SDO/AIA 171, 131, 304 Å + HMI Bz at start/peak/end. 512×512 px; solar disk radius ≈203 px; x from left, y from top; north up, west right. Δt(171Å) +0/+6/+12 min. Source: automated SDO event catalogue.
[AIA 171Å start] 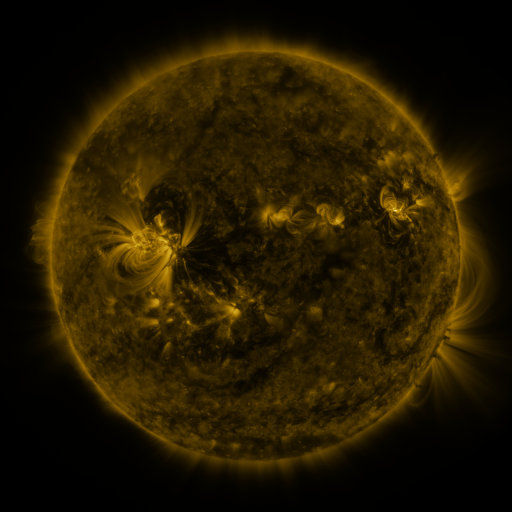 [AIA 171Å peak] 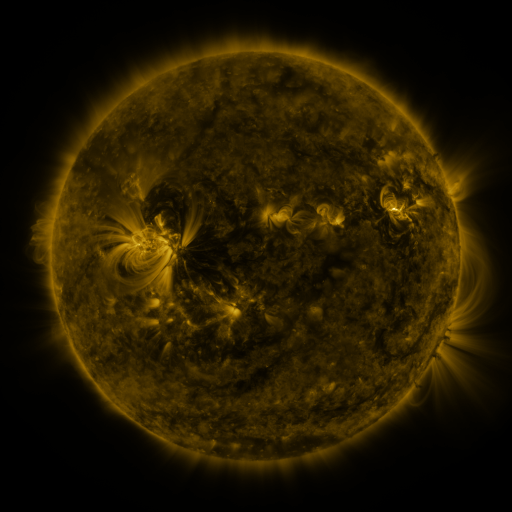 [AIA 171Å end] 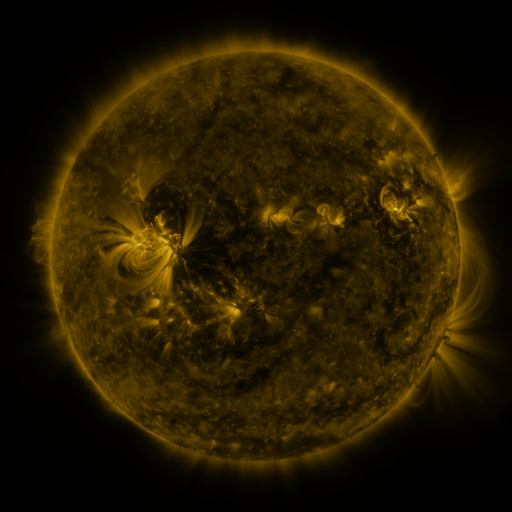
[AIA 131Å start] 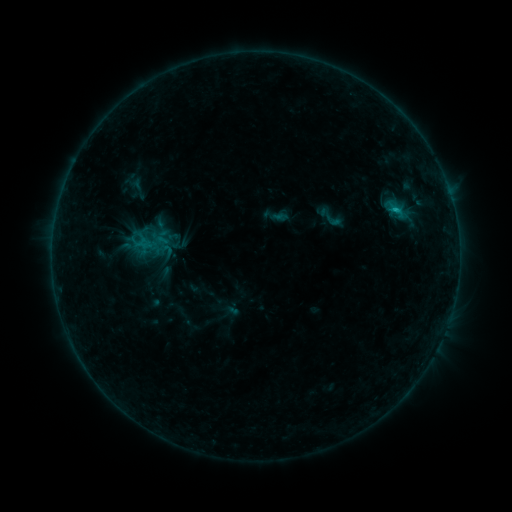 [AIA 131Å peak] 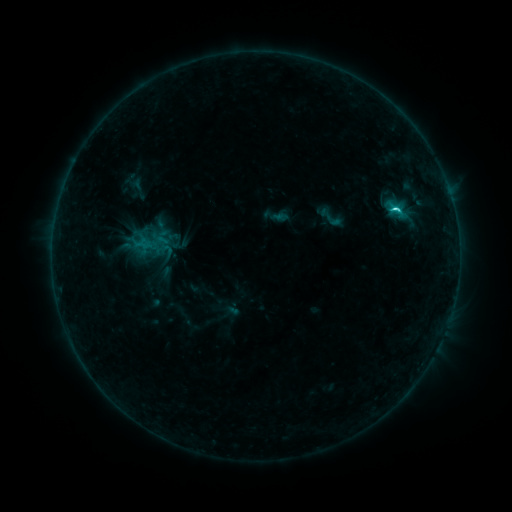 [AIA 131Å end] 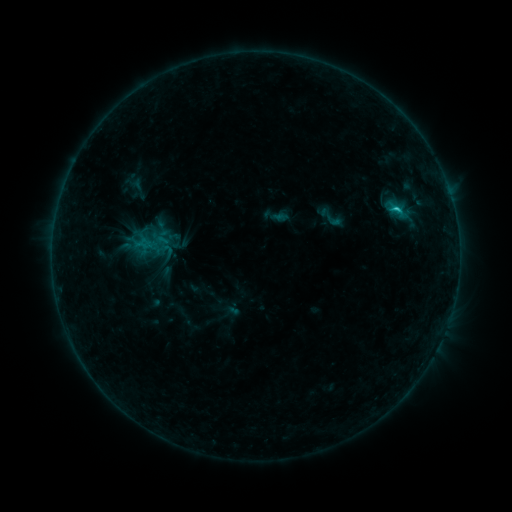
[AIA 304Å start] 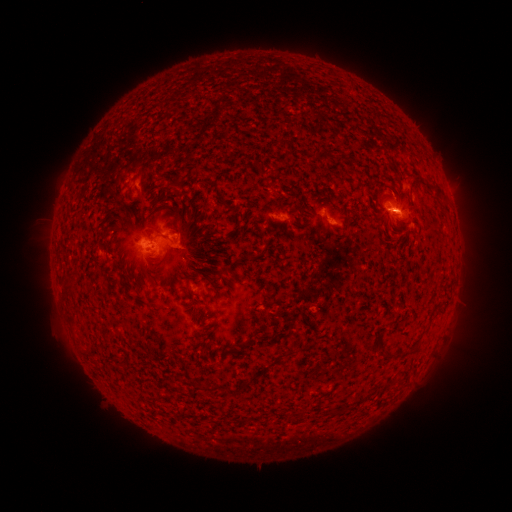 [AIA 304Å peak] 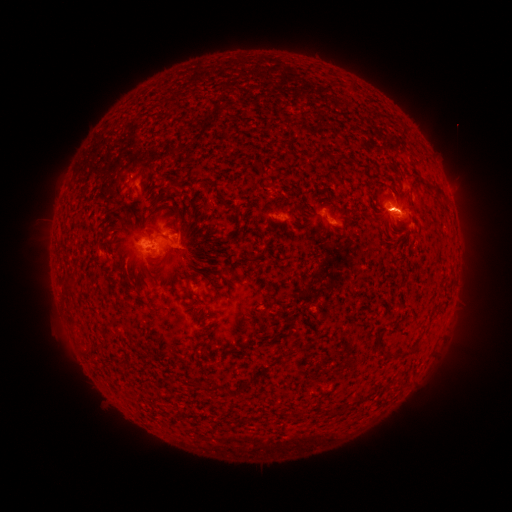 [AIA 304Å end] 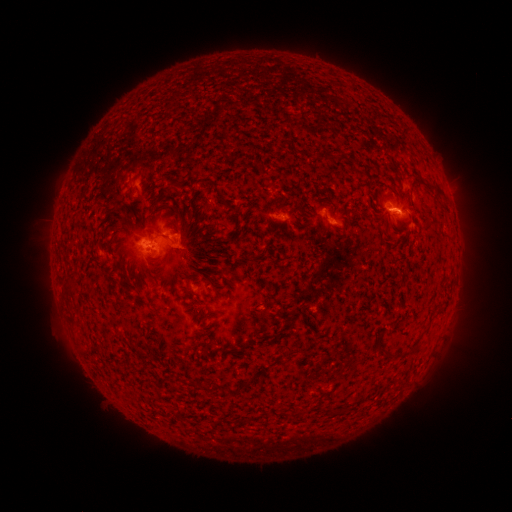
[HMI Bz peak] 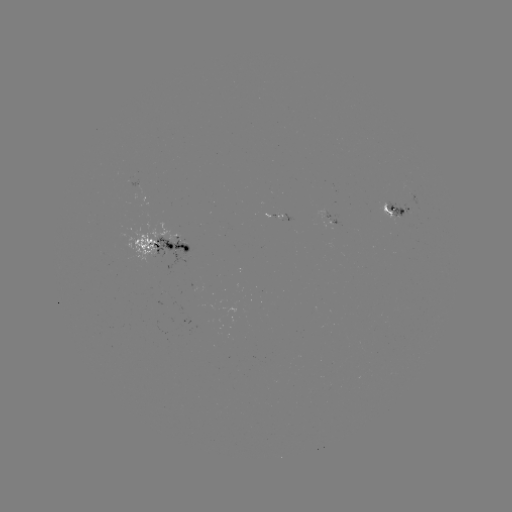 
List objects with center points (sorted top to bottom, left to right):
C2.2 flare: (394, 210)
